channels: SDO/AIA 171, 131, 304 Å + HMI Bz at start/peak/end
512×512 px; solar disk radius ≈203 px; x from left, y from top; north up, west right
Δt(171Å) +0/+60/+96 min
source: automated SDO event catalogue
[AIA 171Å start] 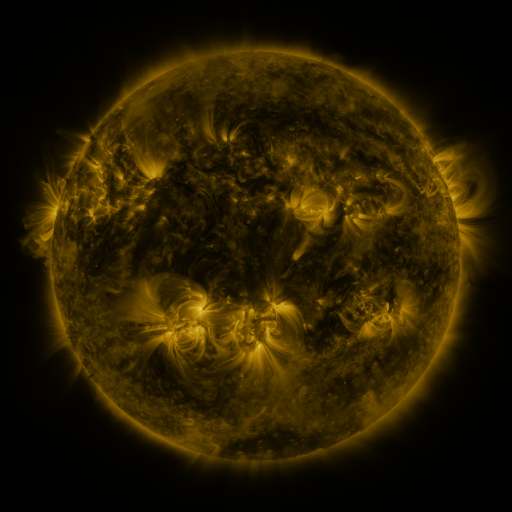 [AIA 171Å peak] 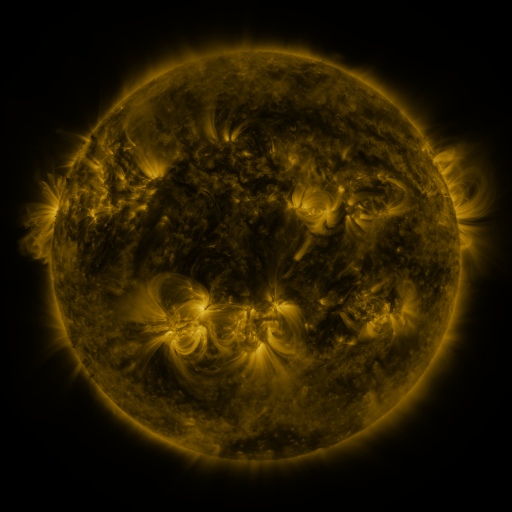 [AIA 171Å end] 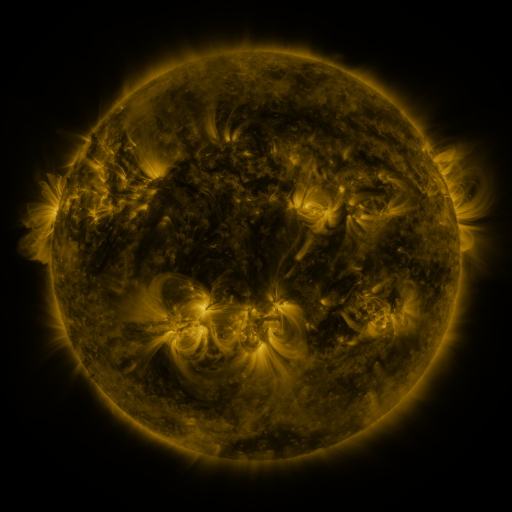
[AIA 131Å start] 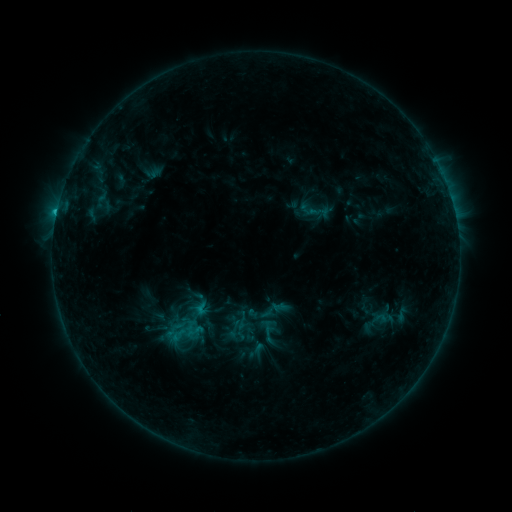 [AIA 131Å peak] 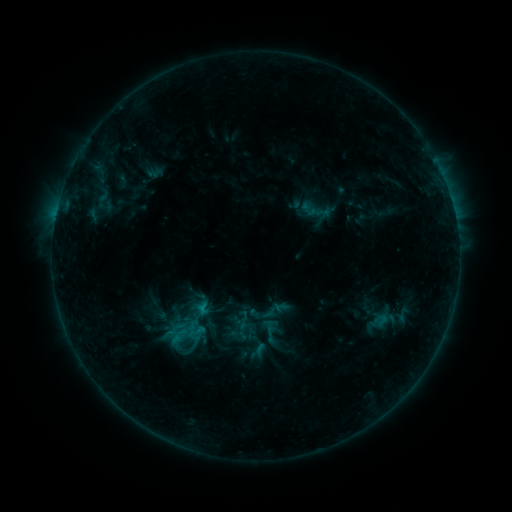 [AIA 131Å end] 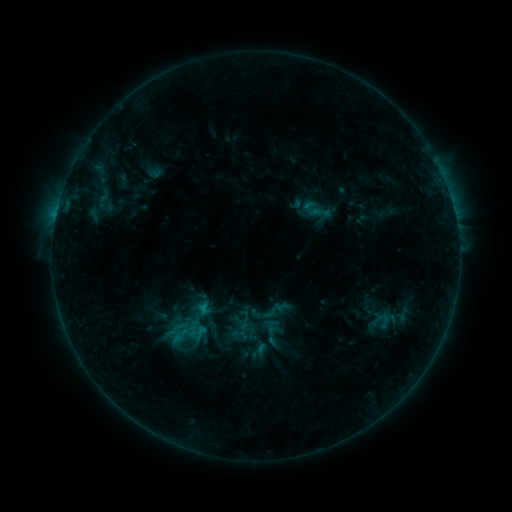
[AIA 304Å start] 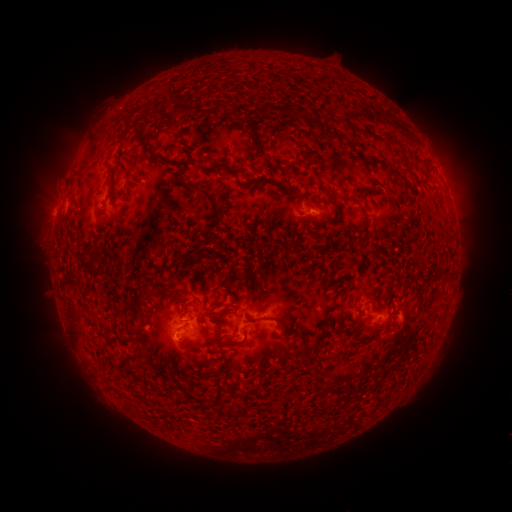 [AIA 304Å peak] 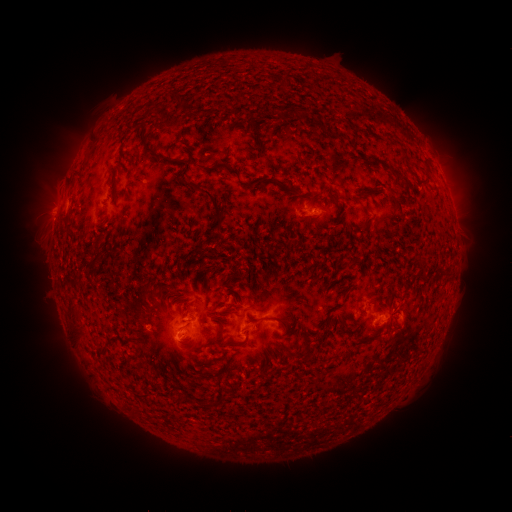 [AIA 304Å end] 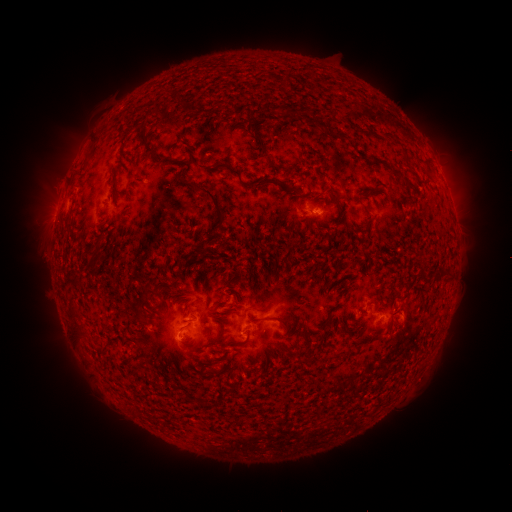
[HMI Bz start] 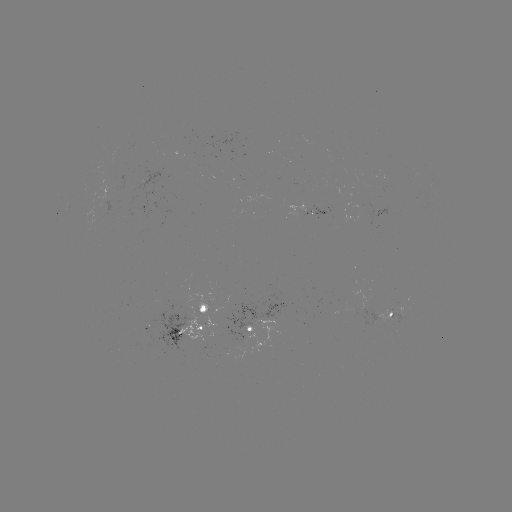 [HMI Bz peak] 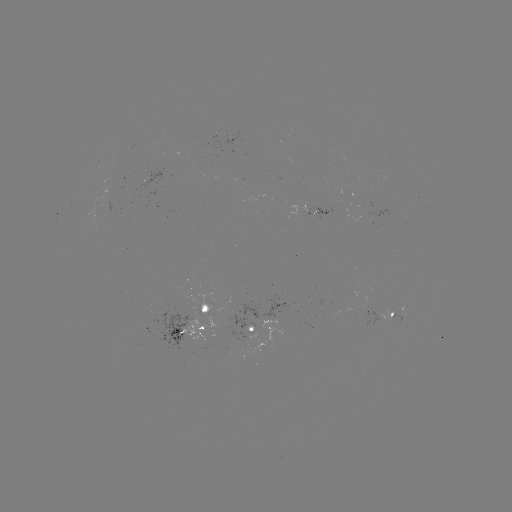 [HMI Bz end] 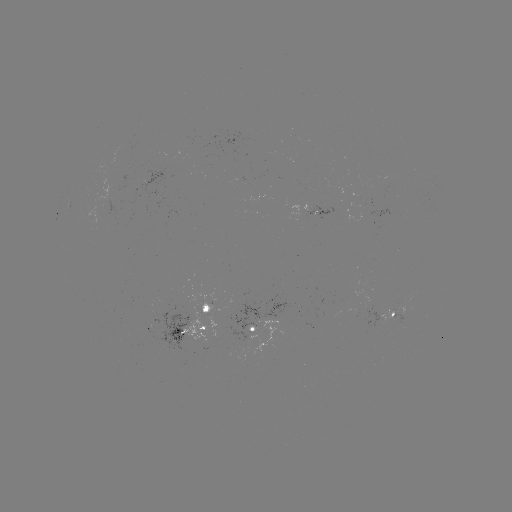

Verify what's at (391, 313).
emerging-flux region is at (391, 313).